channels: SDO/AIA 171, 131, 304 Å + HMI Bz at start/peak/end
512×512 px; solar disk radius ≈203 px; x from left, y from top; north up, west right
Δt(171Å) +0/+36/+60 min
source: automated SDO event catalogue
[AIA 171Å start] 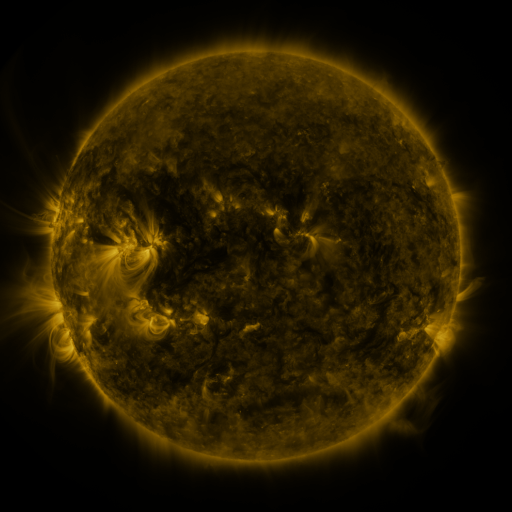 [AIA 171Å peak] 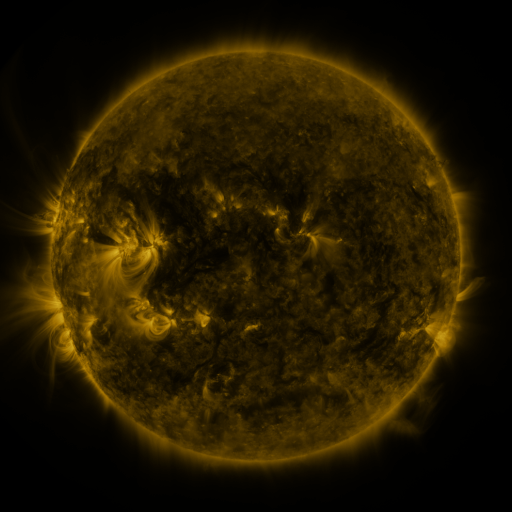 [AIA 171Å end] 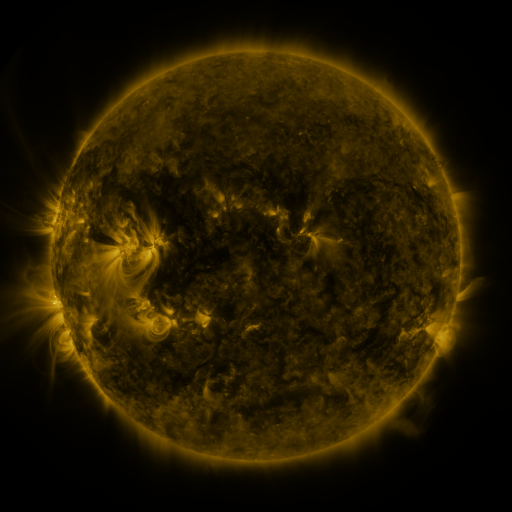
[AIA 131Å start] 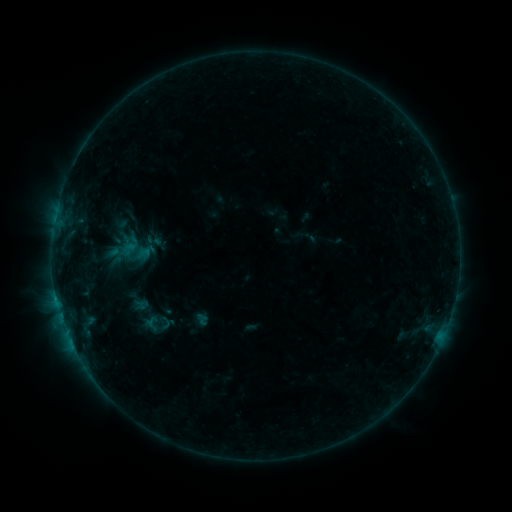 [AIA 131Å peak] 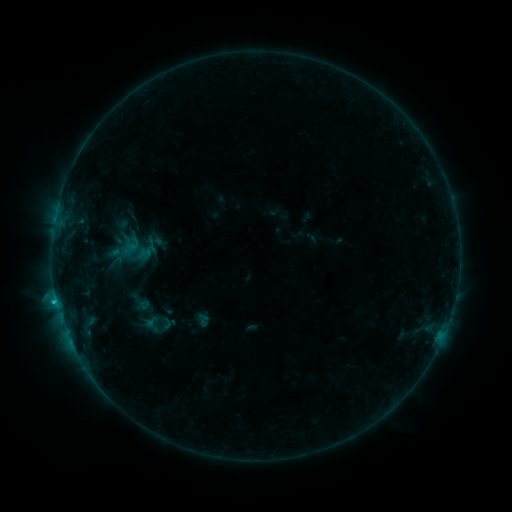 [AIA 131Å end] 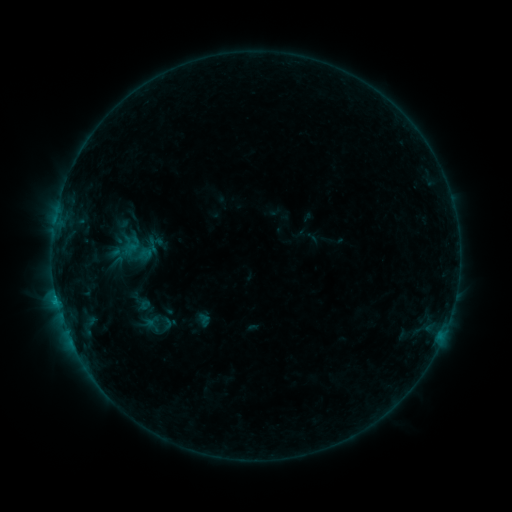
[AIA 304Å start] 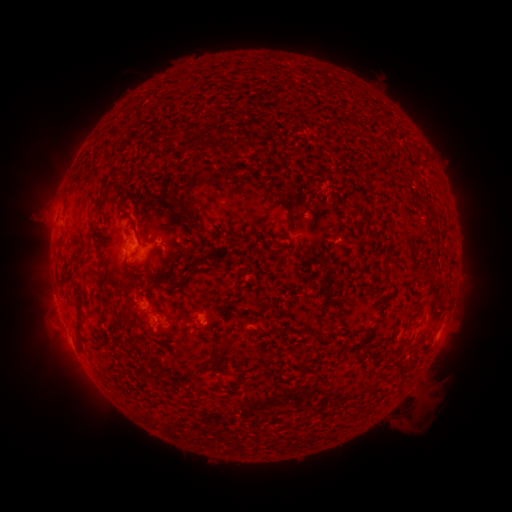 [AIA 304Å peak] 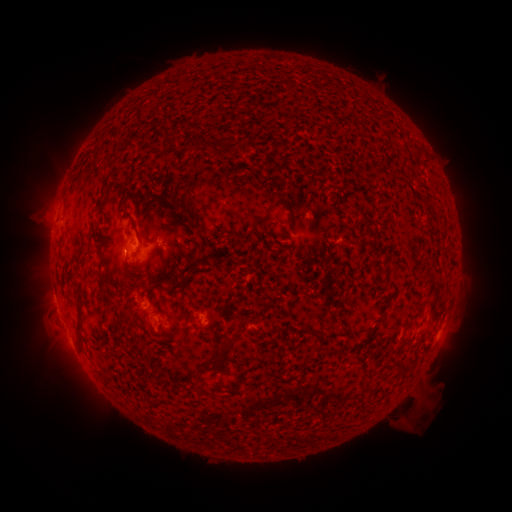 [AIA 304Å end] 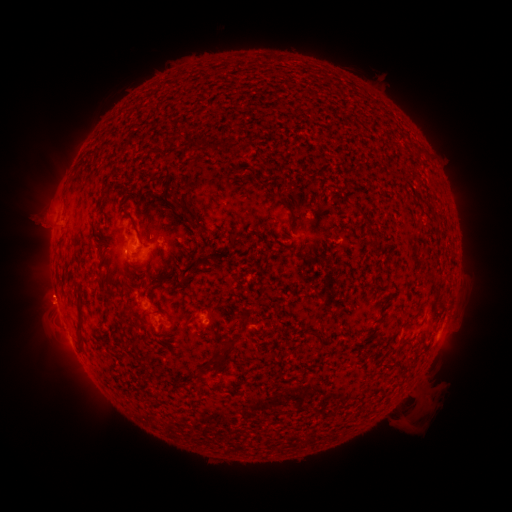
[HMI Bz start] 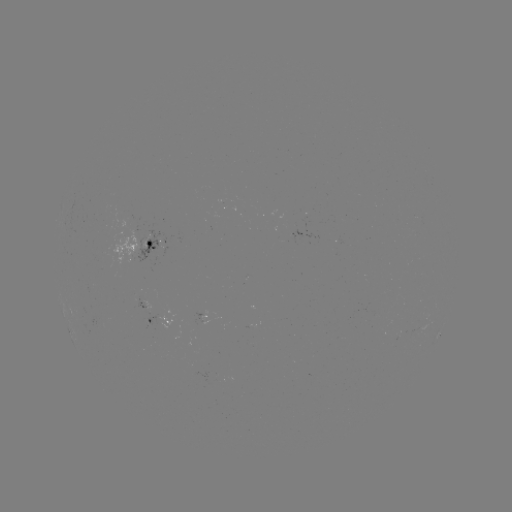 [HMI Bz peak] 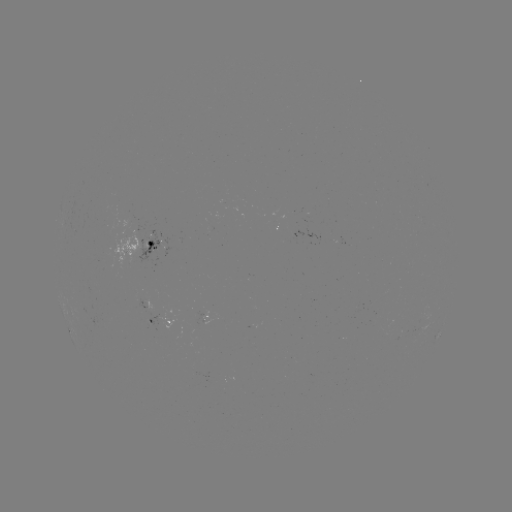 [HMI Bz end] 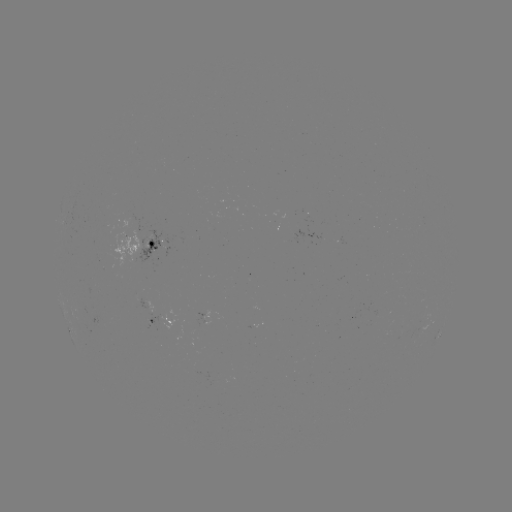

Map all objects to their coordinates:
B8.2 flare: (57, 298)
